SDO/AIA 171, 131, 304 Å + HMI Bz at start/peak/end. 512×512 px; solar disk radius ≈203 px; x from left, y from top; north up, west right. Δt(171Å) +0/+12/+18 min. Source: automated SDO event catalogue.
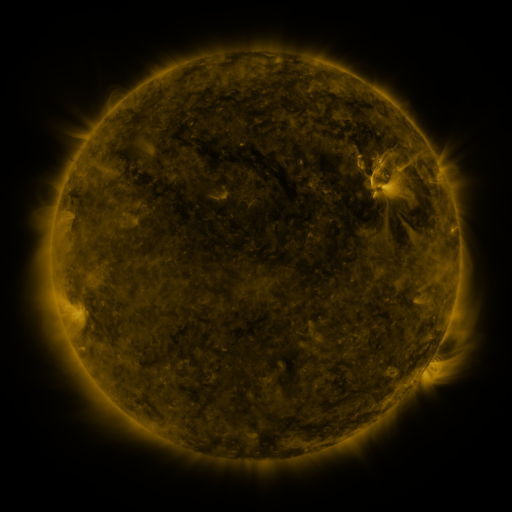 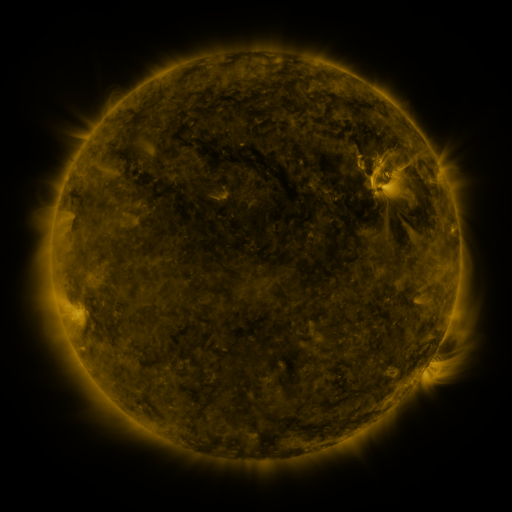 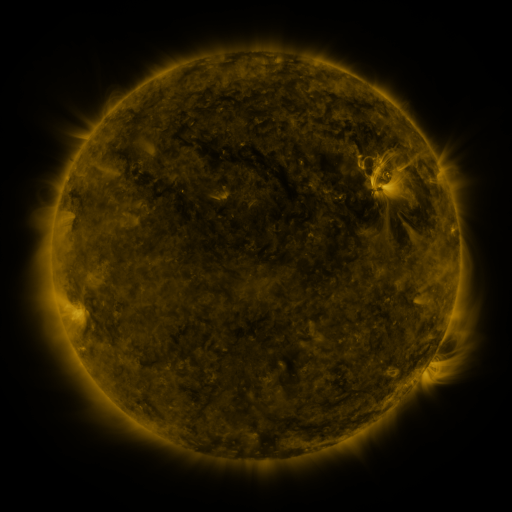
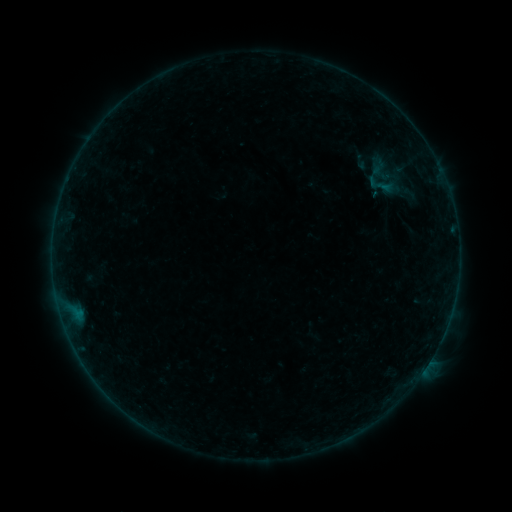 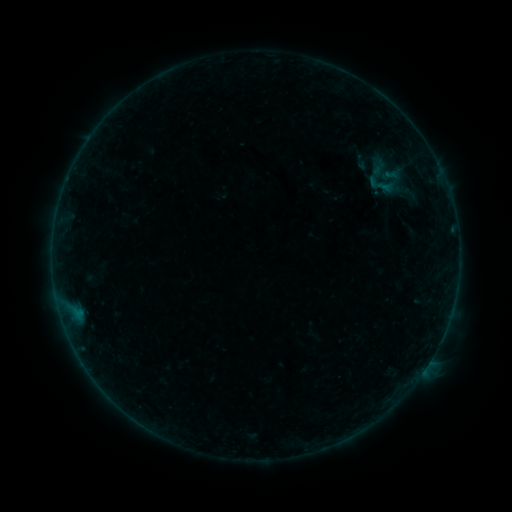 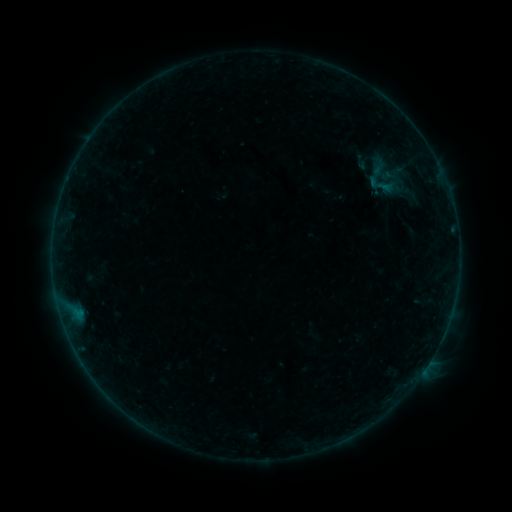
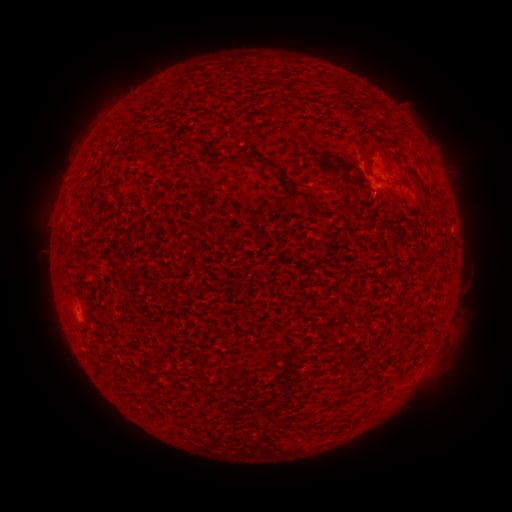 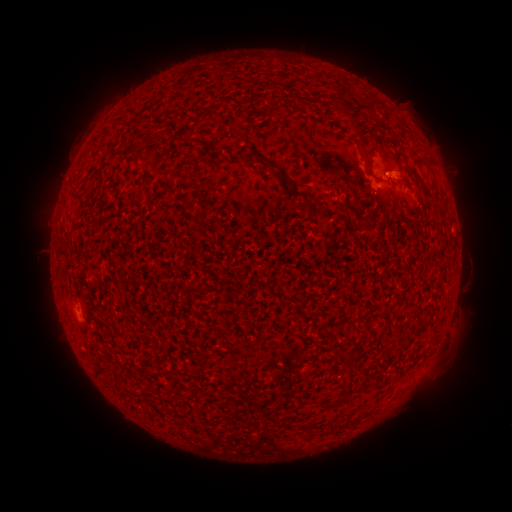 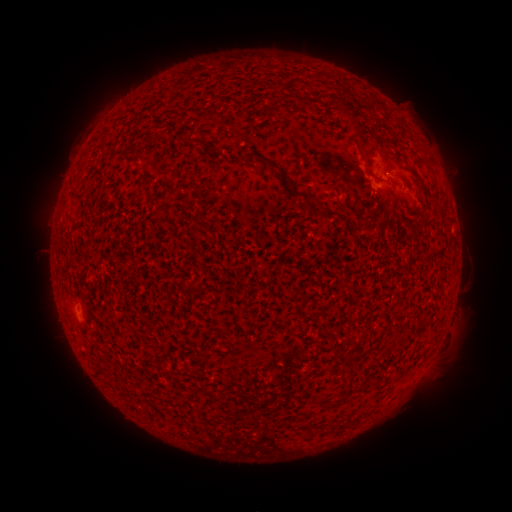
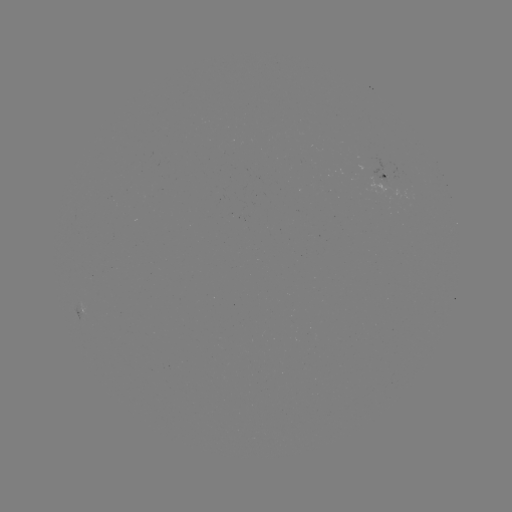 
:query B1.2 flare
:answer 387,176